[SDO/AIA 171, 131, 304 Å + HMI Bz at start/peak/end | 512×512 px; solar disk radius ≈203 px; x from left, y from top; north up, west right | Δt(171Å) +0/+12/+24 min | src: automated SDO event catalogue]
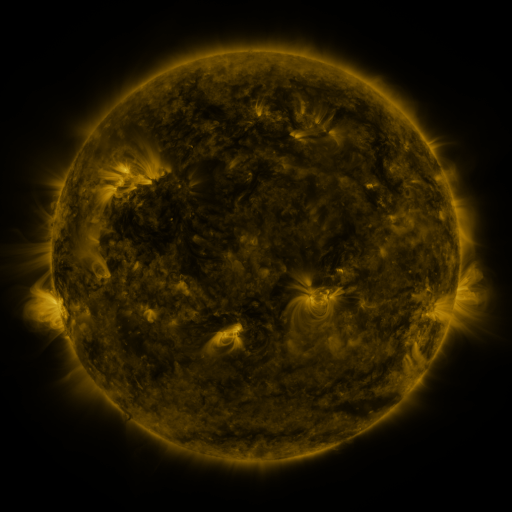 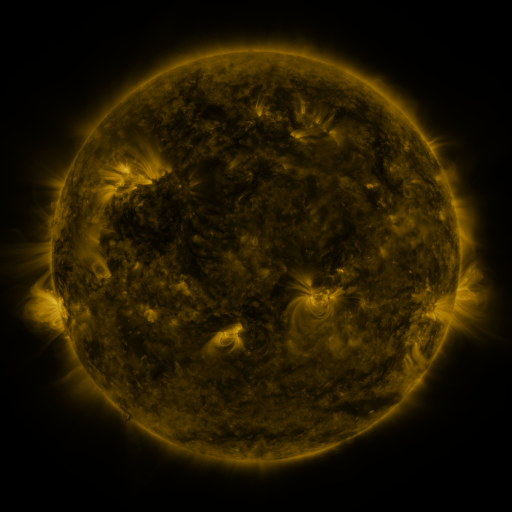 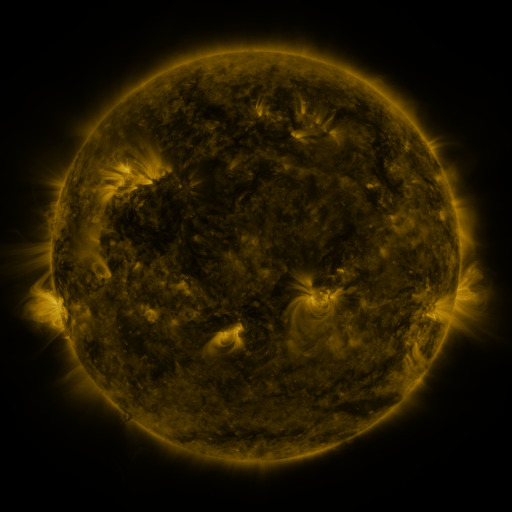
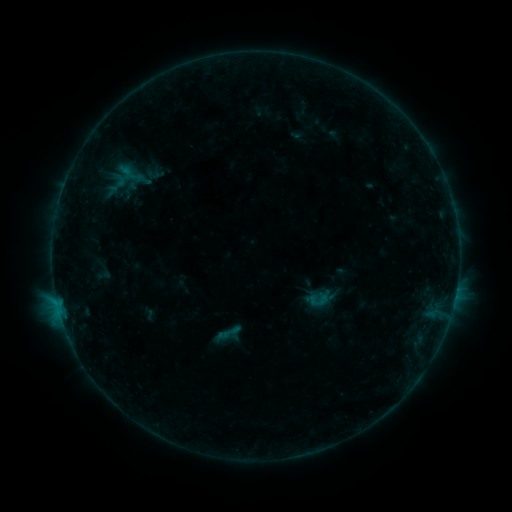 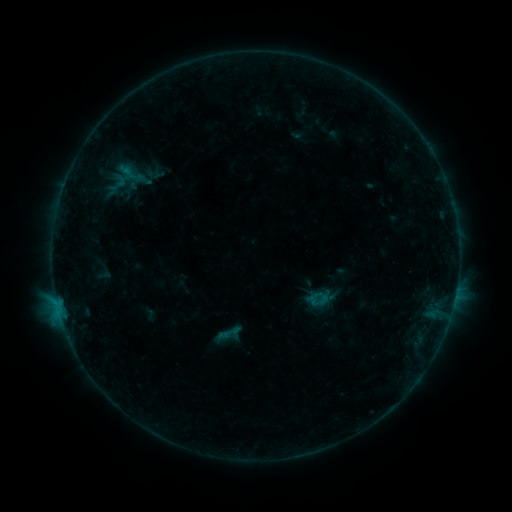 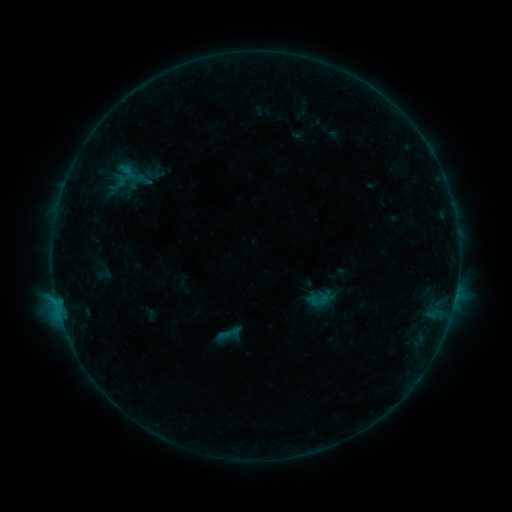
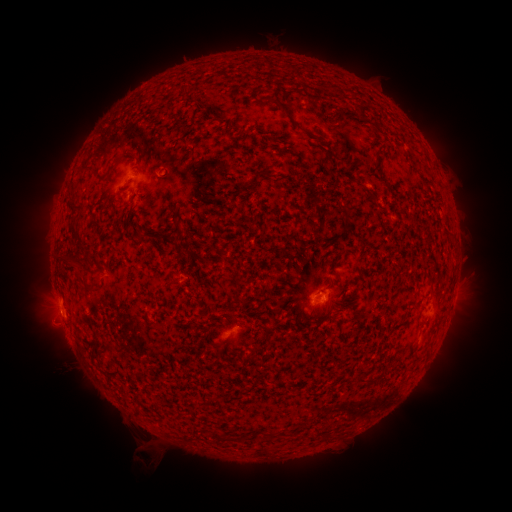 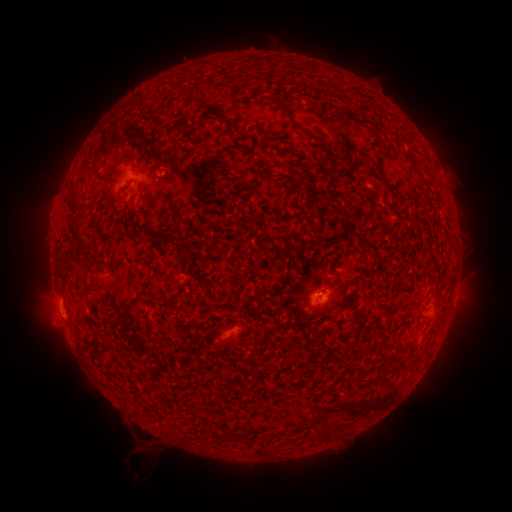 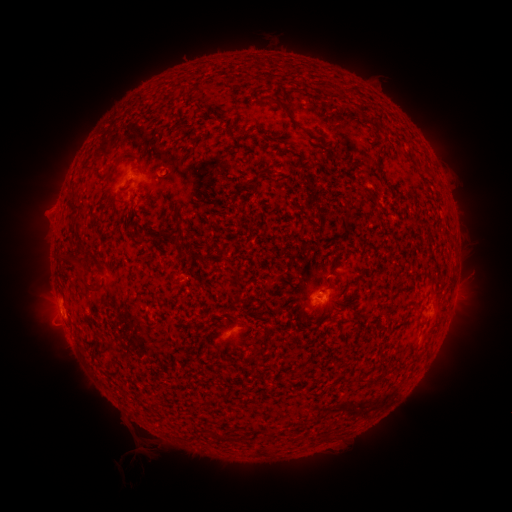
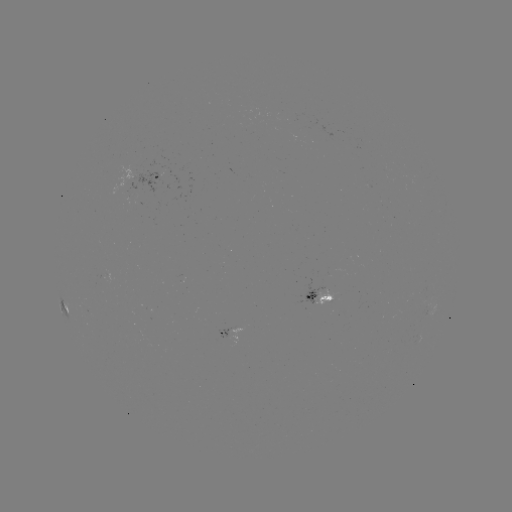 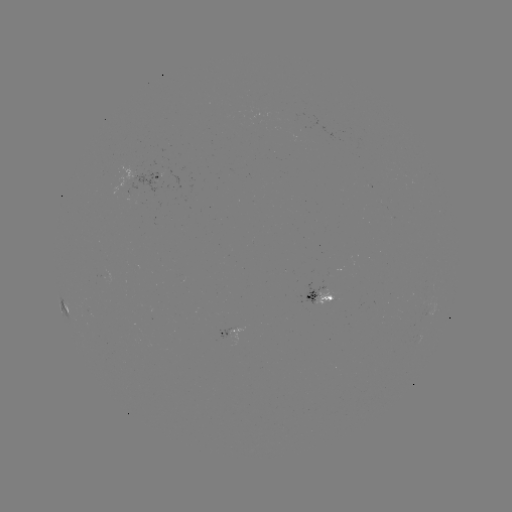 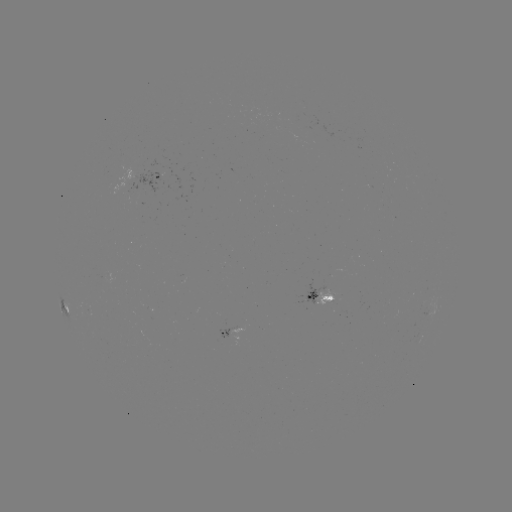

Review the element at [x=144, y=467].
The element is eruption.